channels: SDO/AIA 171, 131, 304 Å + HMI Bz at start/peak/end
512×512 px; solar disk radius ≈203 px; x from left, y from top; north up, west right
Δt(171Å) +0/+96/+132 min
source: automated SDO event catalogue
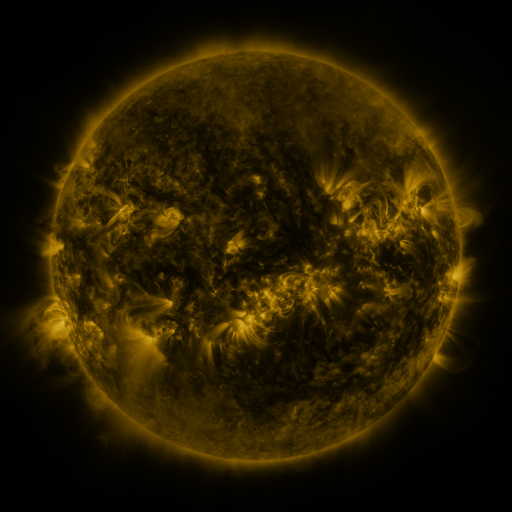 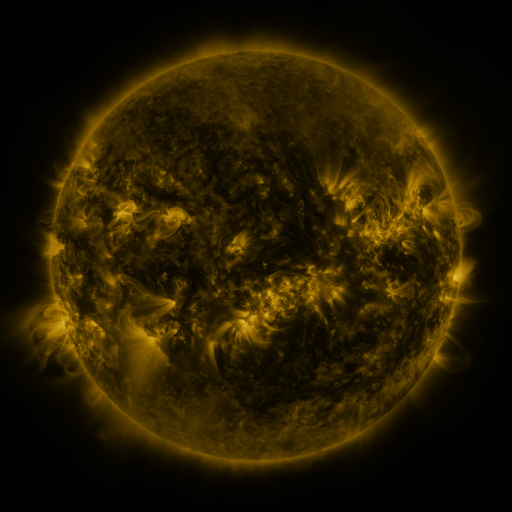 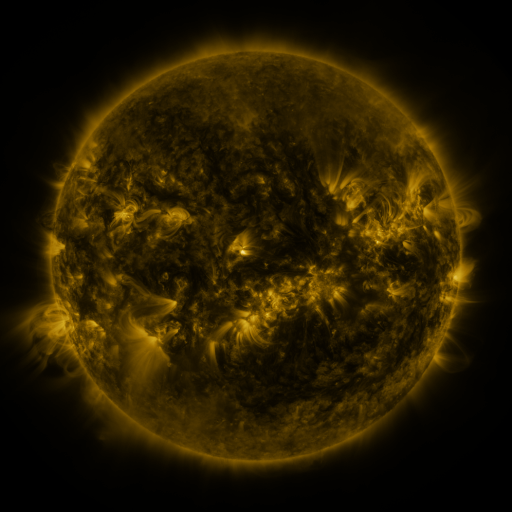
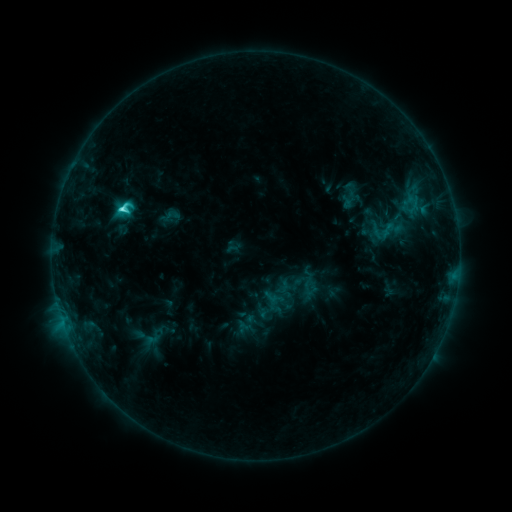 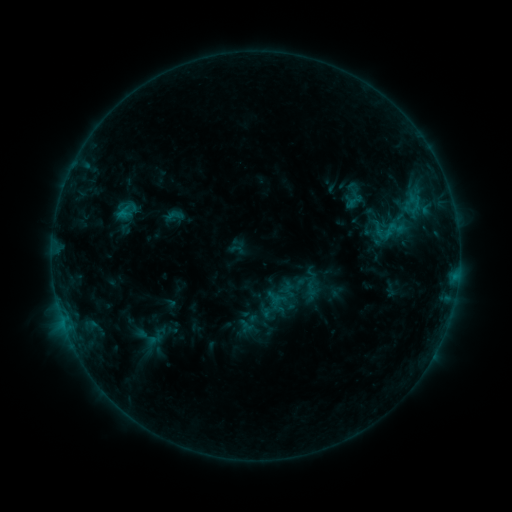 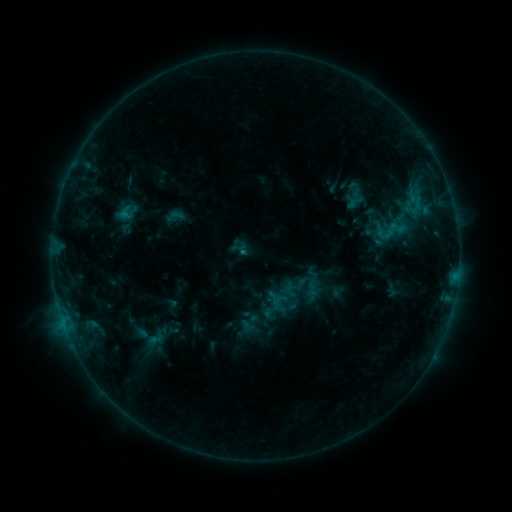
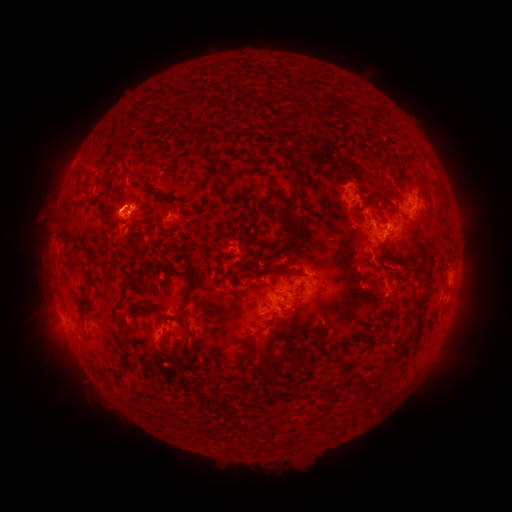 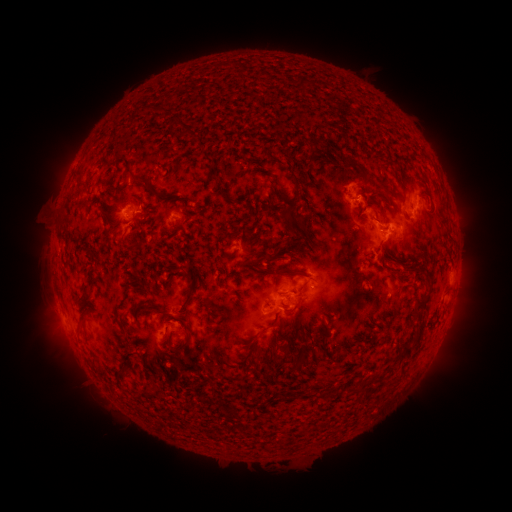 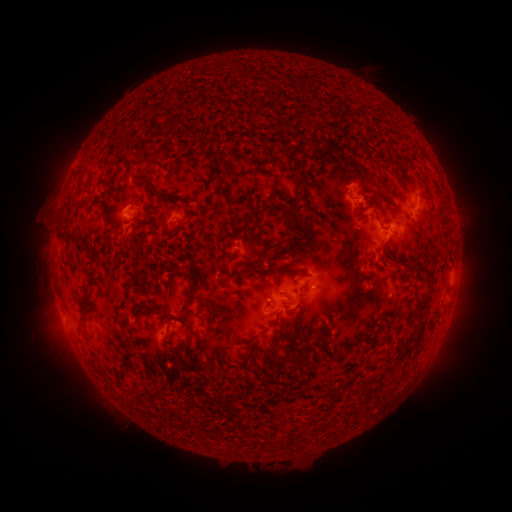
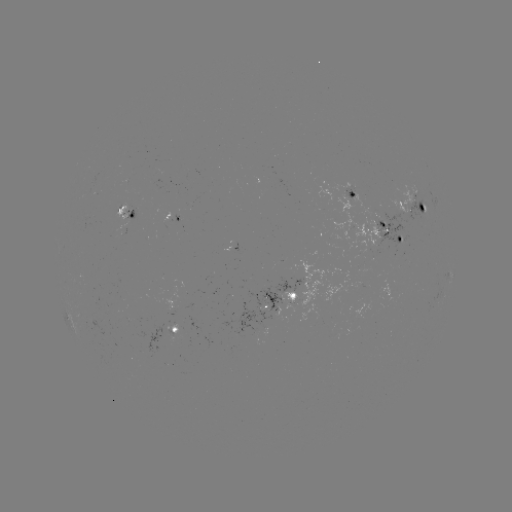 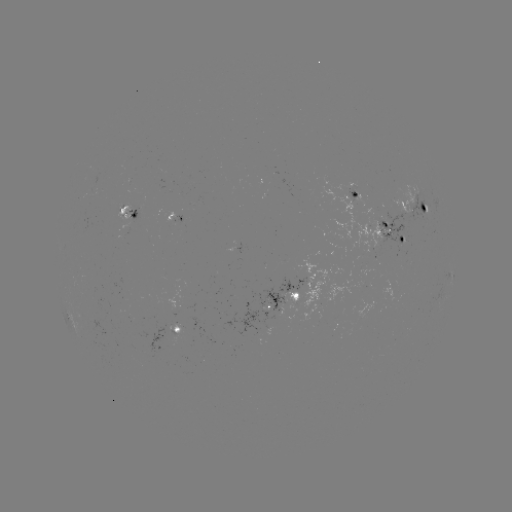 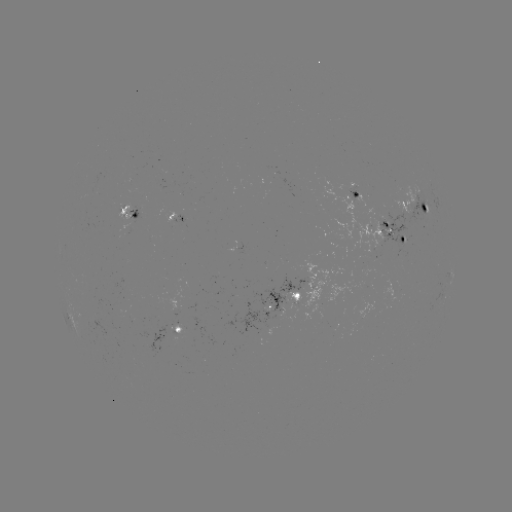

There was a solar emerging-flux region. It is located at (196, 201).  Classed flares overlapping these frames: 1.